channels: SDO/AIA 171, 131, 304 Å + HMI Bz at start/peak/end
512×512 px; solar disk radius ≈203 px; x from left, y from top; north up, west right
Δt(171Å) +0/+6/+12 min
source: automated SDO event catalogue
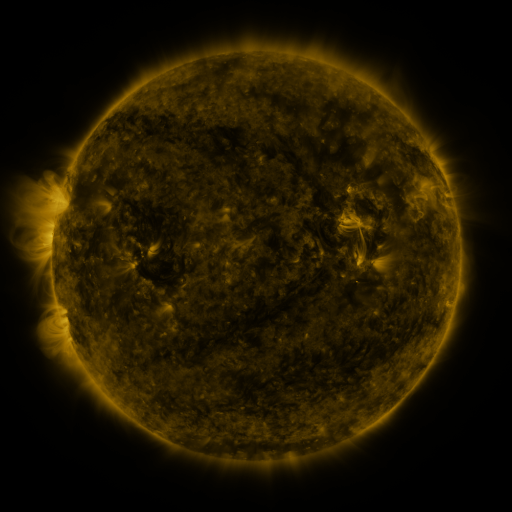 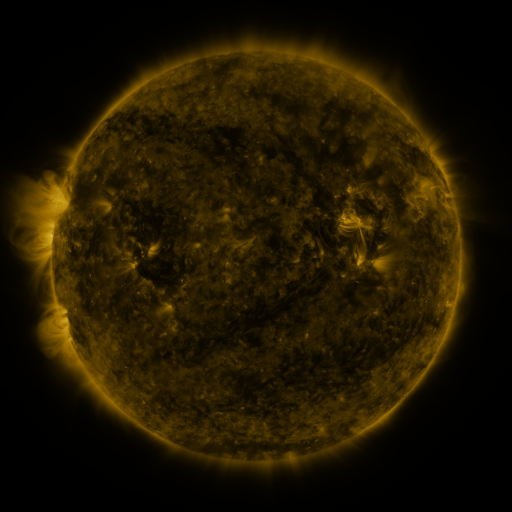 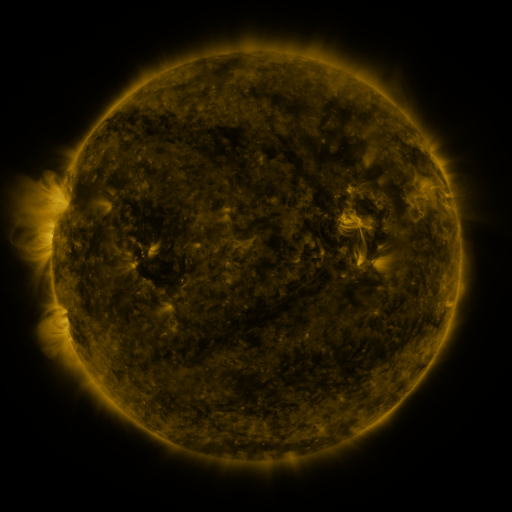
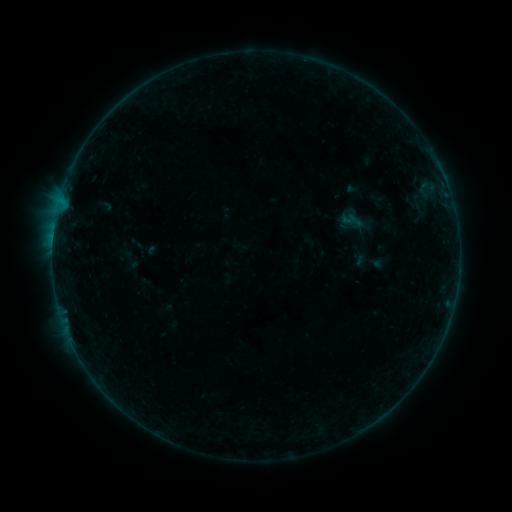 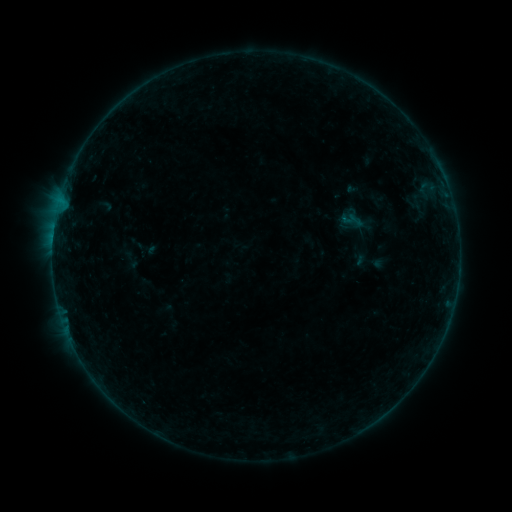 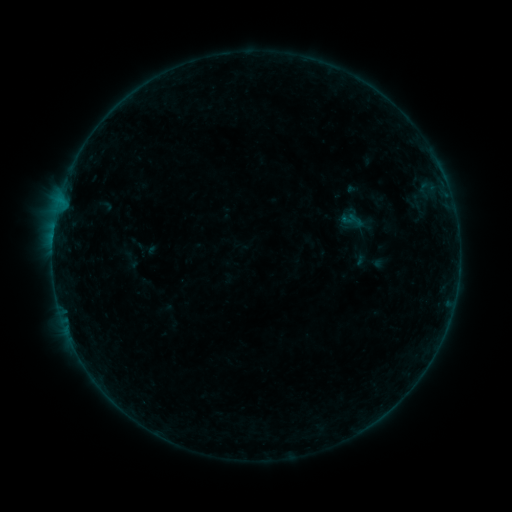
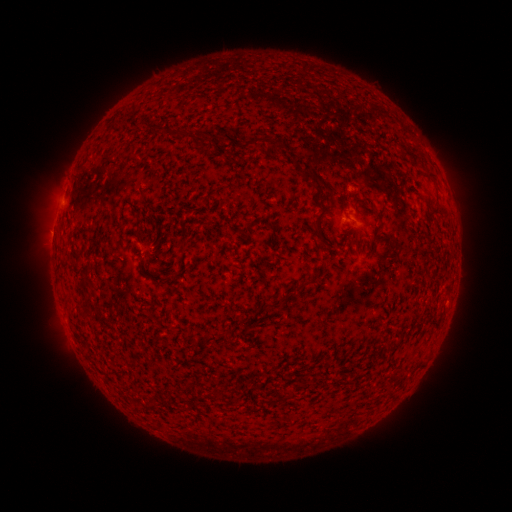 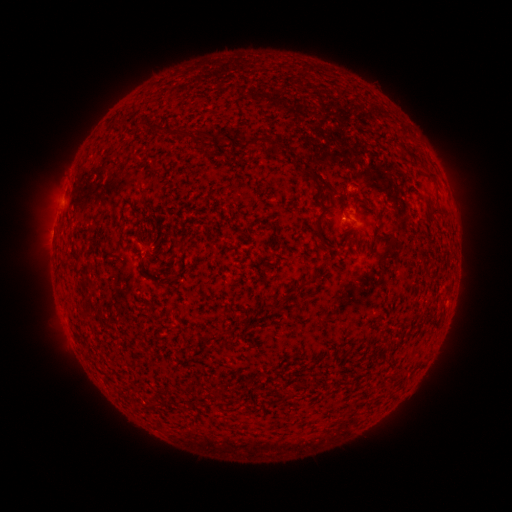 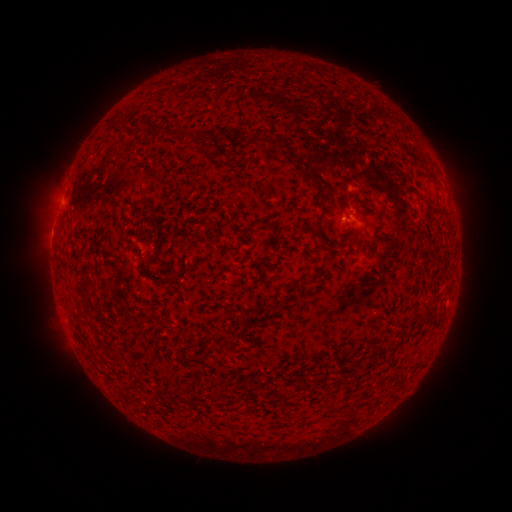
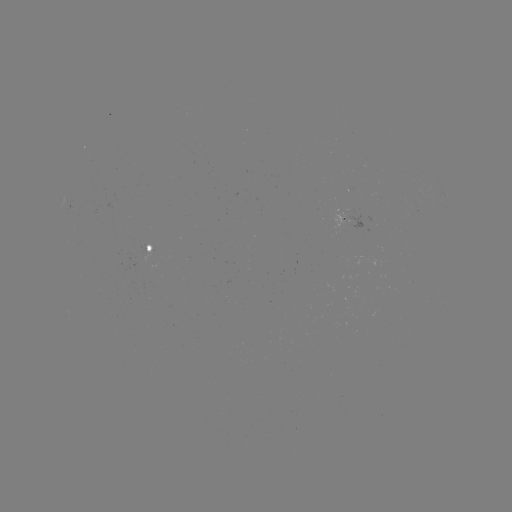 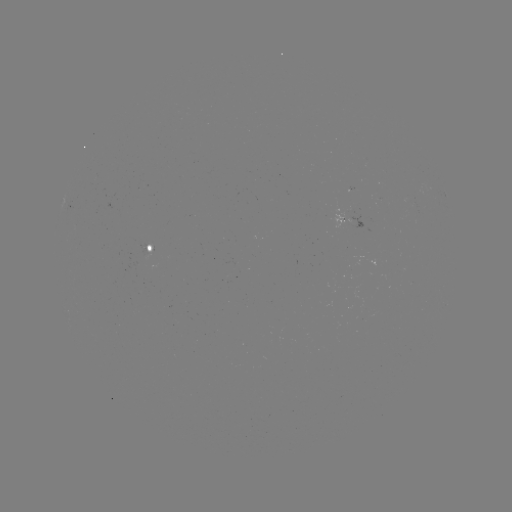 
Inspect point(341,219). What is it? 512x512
B1.3 flare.